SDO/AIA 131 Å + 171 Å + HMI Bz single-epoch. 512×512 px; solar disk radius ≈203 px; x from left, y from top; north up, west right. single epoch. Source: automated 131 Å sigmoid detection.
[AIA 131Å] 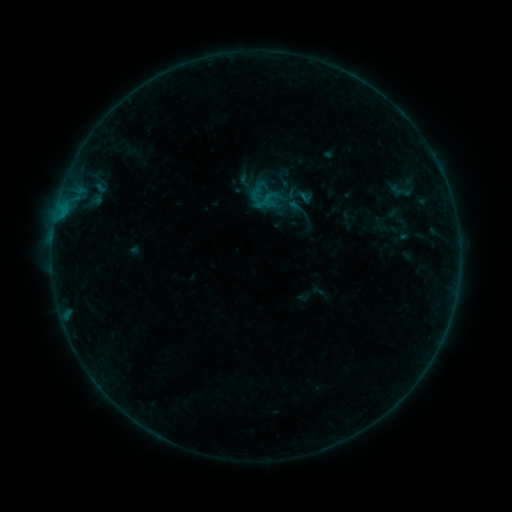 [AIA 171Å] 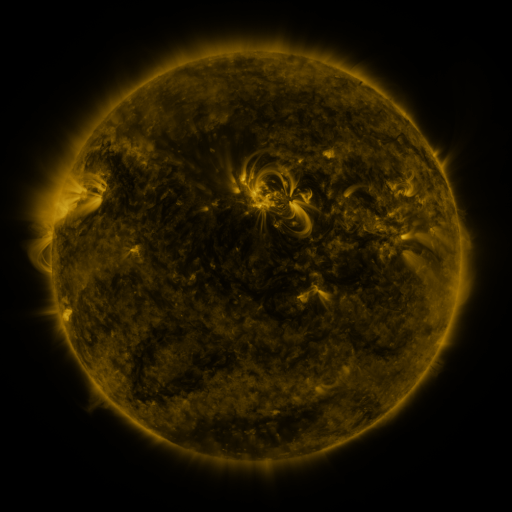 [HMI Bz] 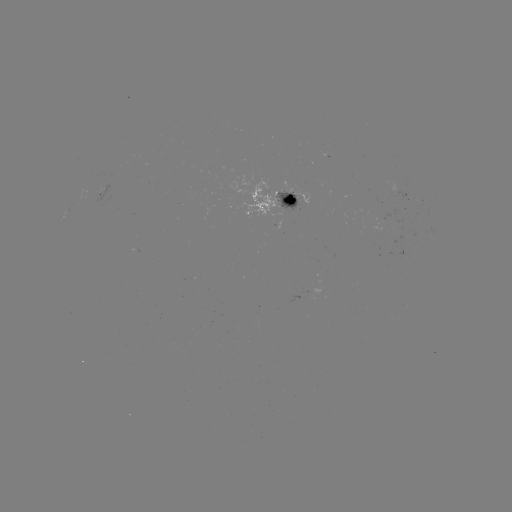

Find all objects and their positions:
sigmoid: (398, 189)
sigmoid: (299, 194)
